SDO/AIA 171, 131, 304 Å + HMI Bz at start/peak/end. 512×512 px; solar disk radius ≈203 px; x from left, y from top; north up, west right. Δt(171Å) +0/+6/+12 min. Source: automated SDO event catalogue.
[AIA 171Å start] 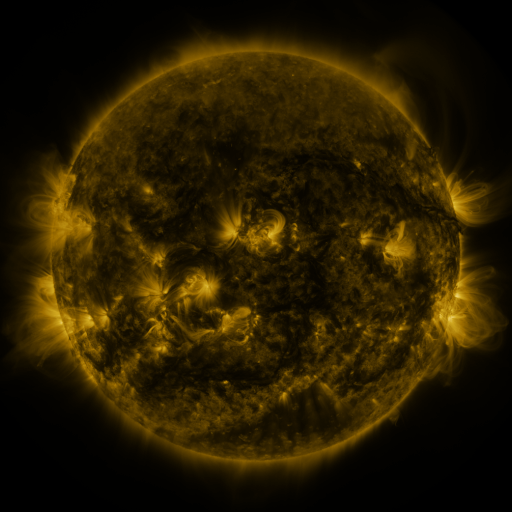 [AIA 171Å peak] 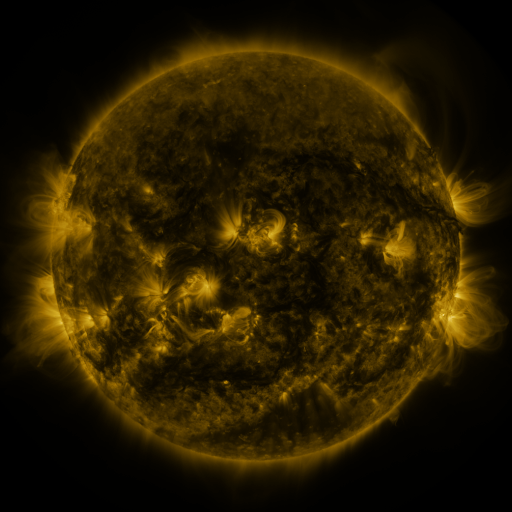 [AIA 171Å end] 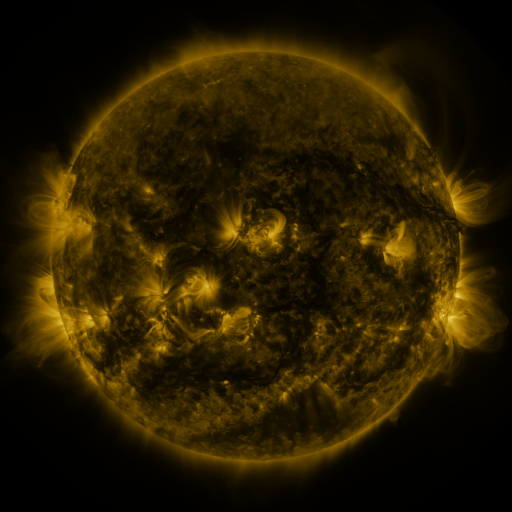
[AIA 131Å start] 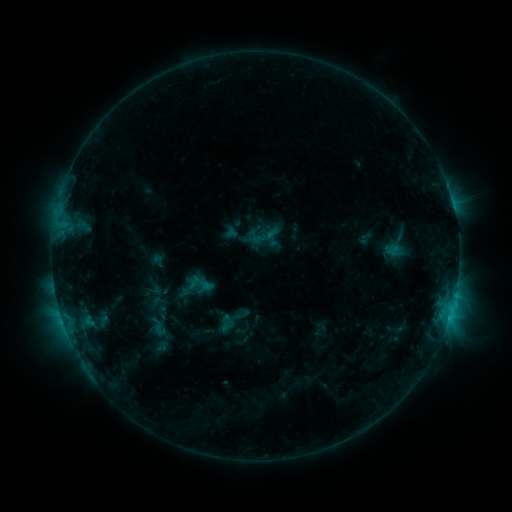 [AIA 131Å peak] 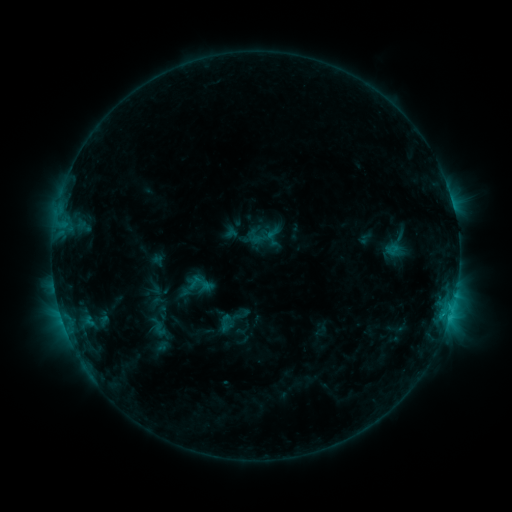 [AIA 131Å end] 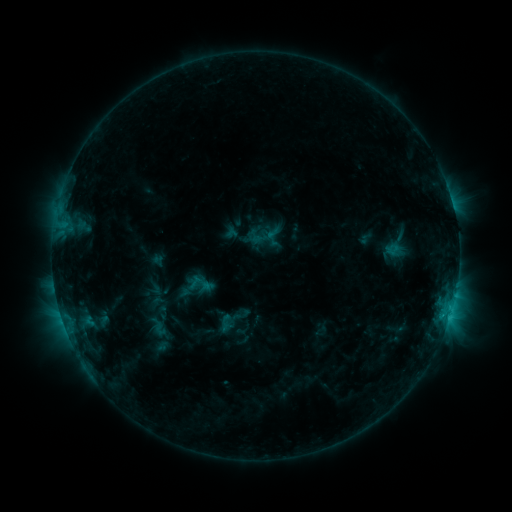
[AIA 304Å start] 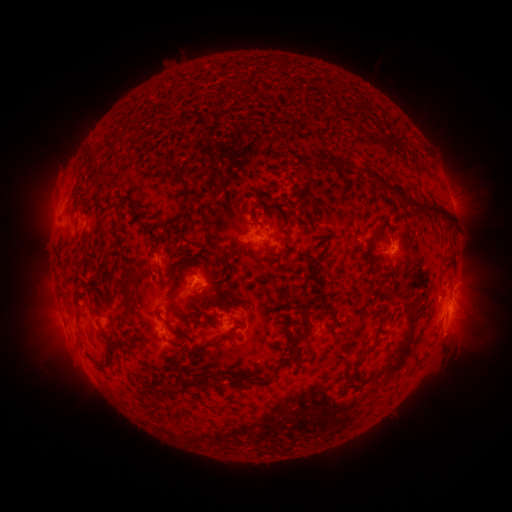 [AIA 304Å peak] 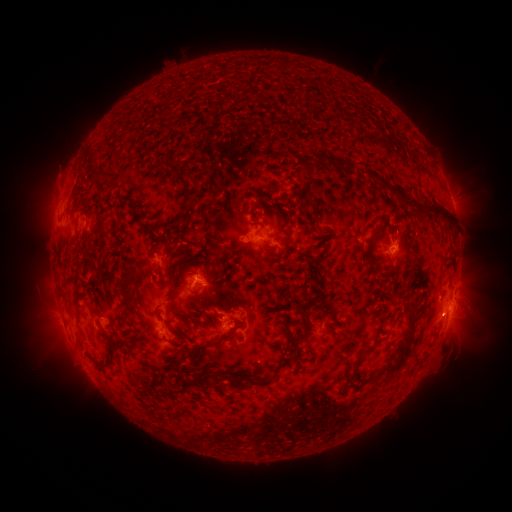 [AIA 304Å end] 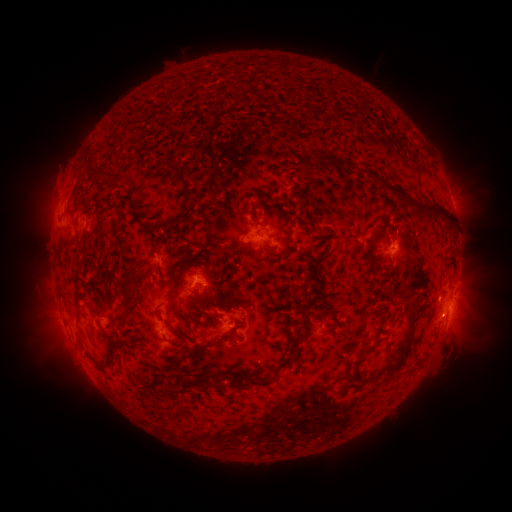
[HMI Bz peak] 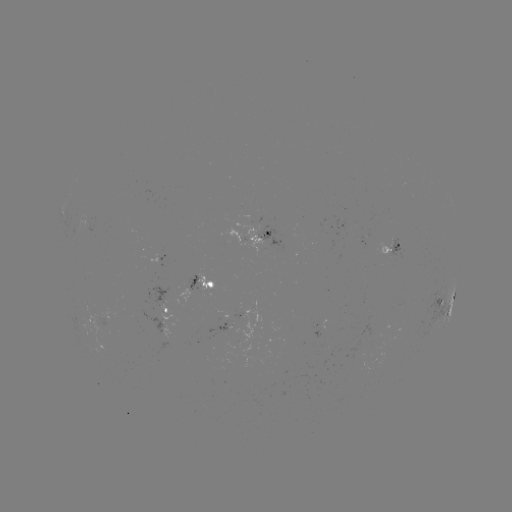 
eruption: <bbox>418, 297, 464, 341</bbox>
